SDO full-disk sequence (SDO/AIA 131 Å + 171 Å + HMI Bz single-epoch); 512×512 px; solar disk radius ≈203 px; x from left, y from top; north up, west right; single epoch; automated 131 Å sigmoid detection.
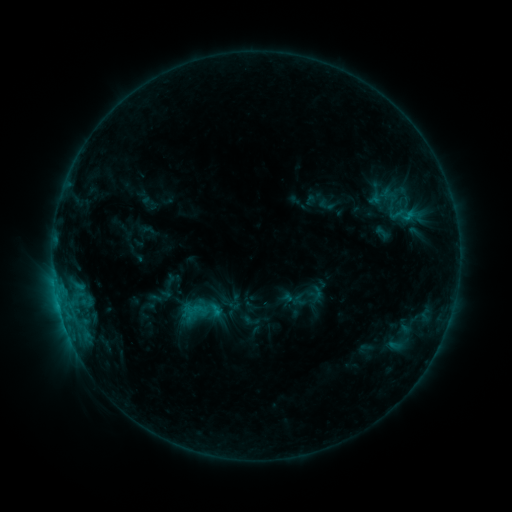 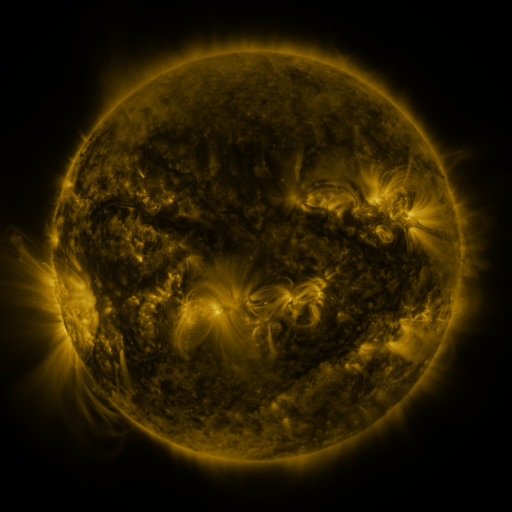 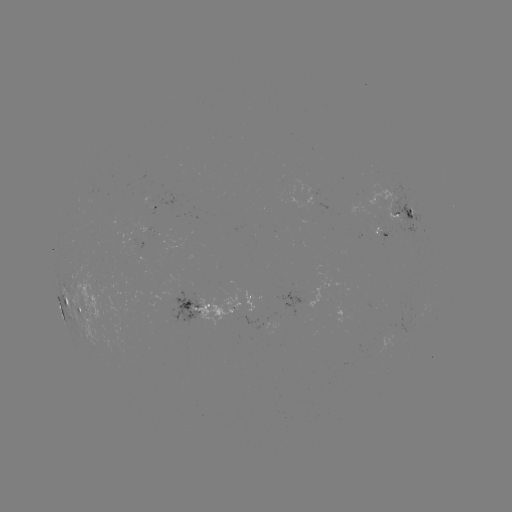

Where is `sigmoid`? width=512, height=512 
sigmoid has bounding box [388, 205, 415, 226].